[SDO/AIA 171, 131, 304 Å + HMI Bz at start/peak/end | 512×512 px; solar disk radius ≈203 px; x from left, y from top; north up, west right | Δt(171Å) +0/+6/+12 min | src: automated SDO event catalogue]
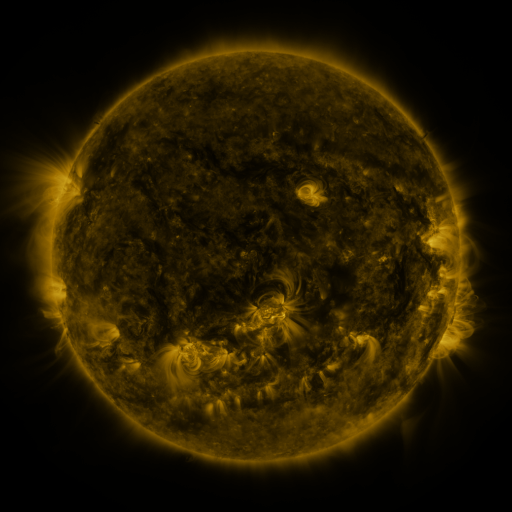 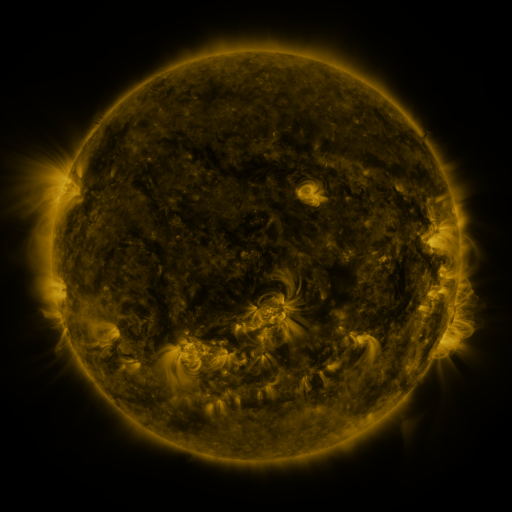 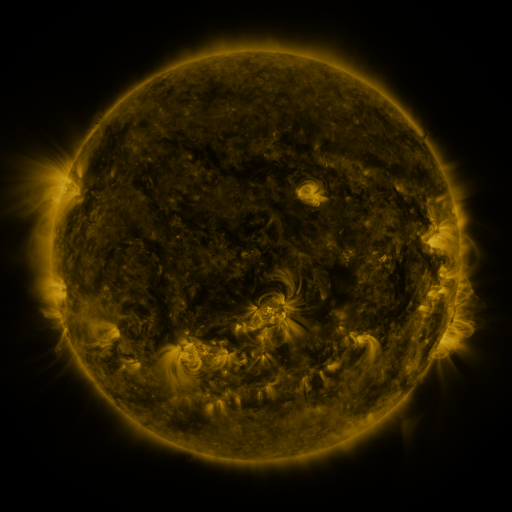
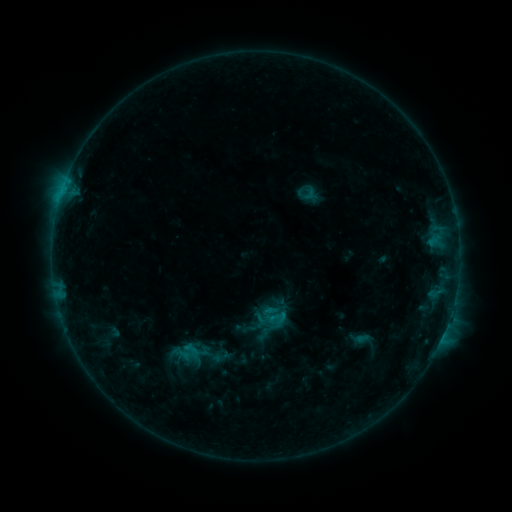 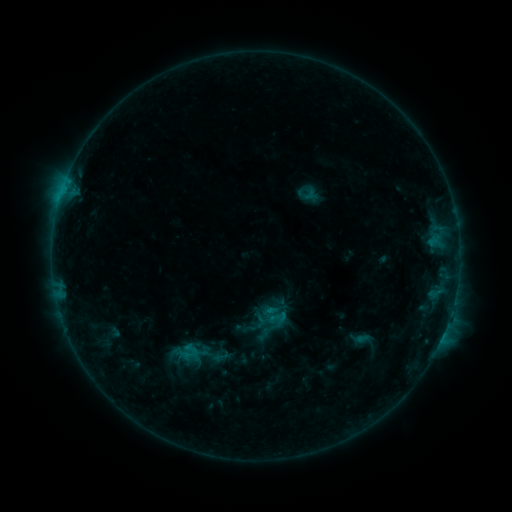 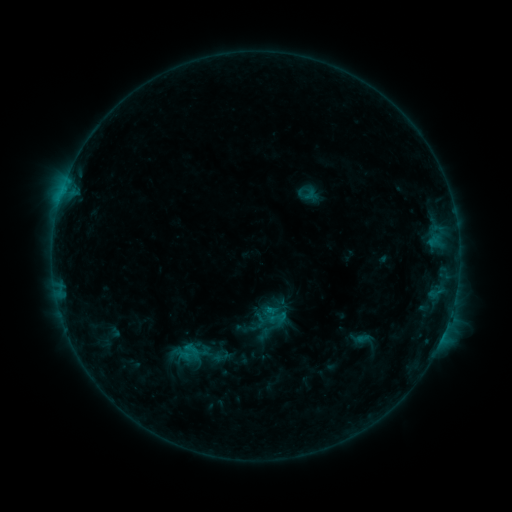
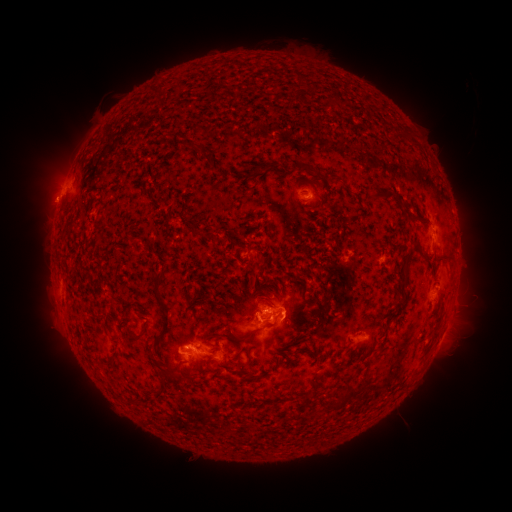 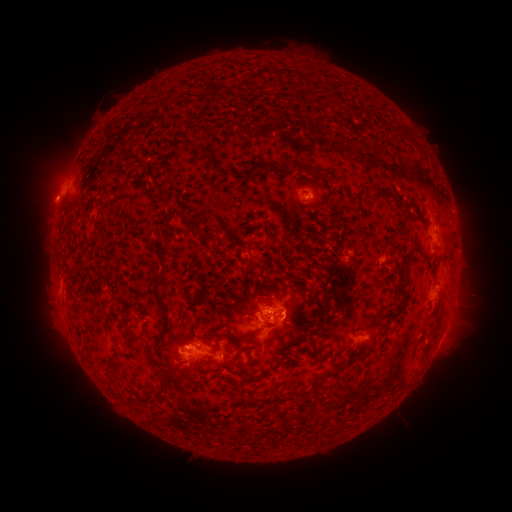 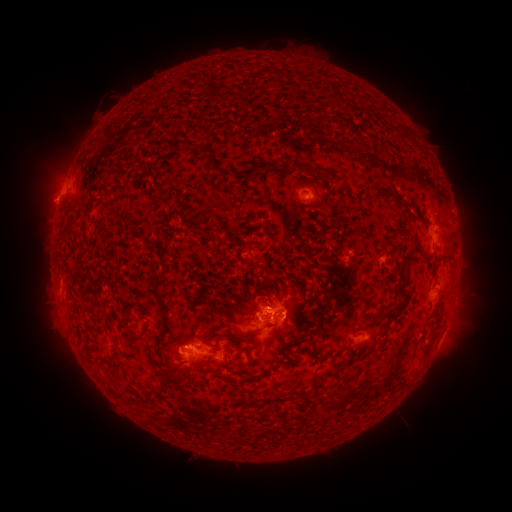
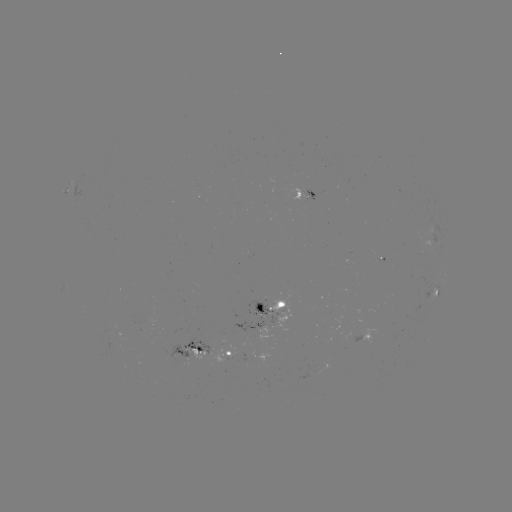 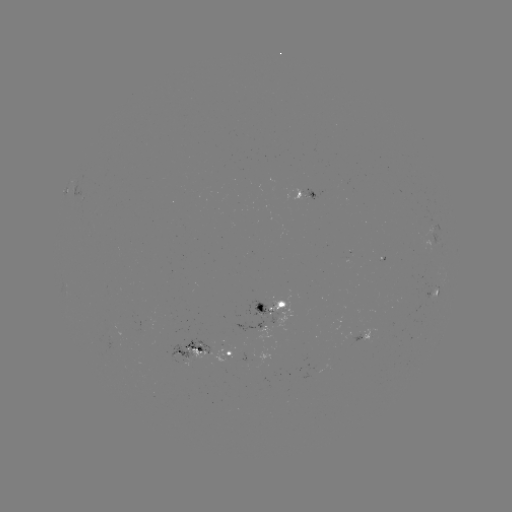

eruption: [34, 178, 67, 214]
